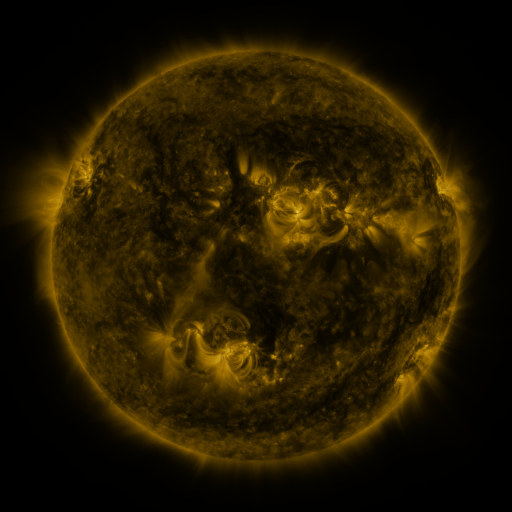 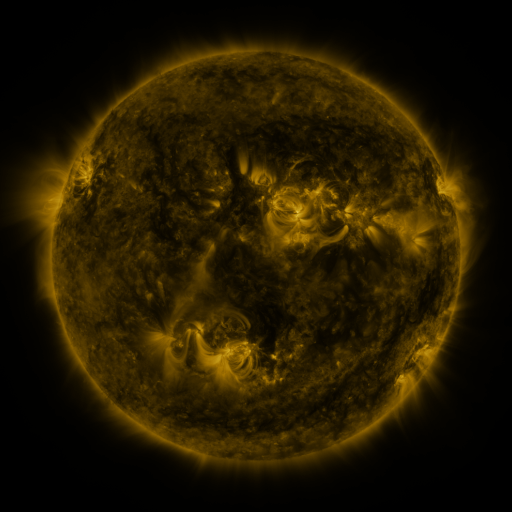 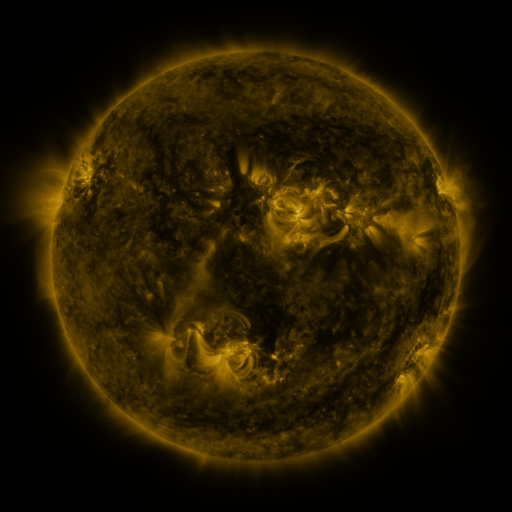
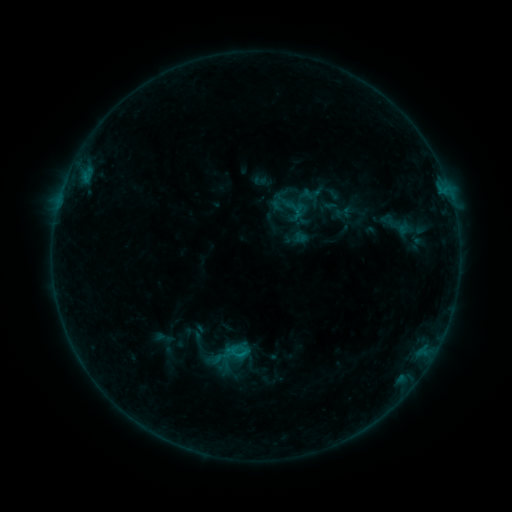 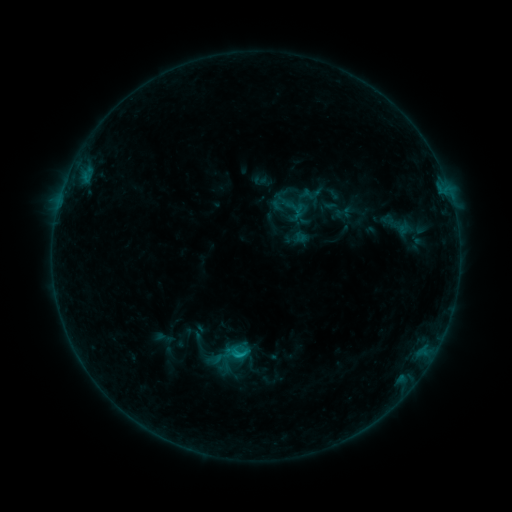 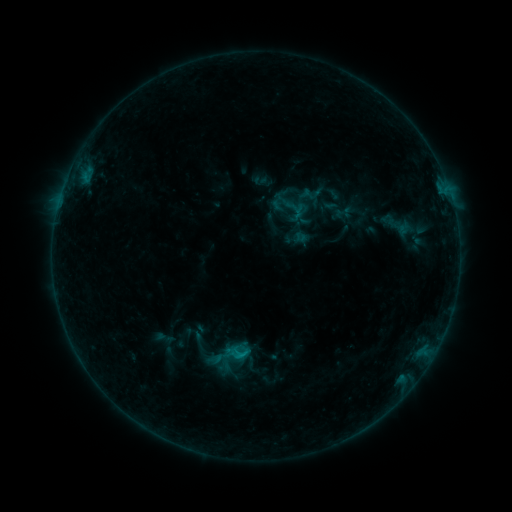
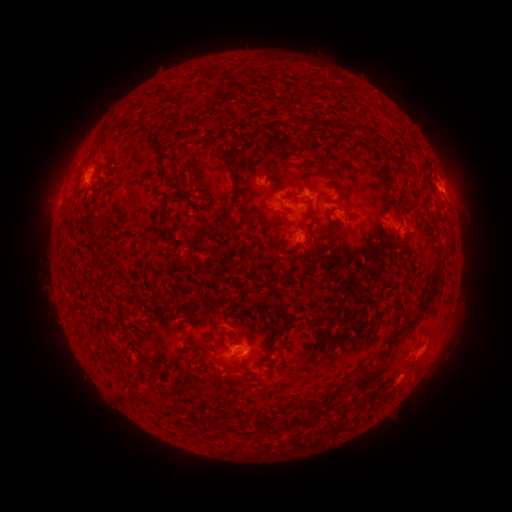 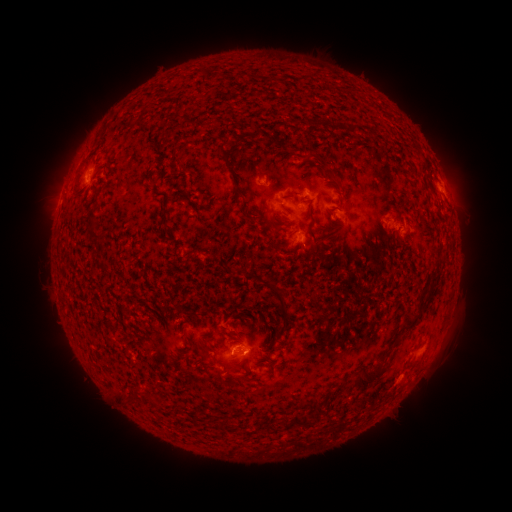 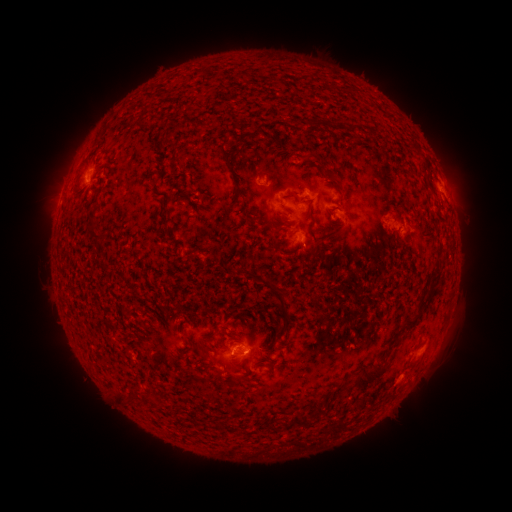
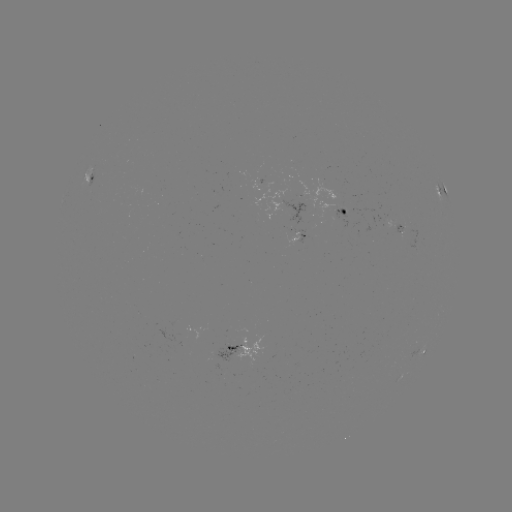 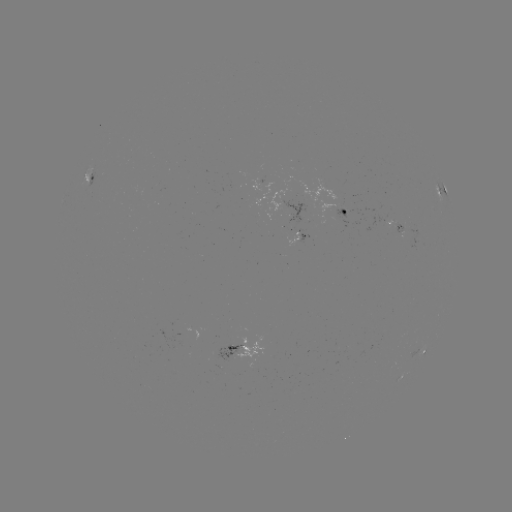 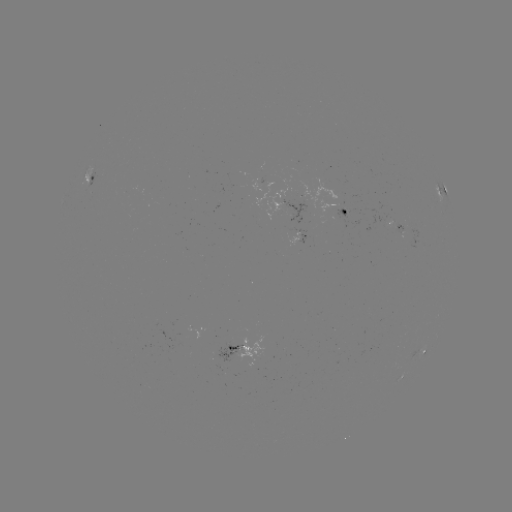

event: flare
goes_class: B5.8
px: (239, 353)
